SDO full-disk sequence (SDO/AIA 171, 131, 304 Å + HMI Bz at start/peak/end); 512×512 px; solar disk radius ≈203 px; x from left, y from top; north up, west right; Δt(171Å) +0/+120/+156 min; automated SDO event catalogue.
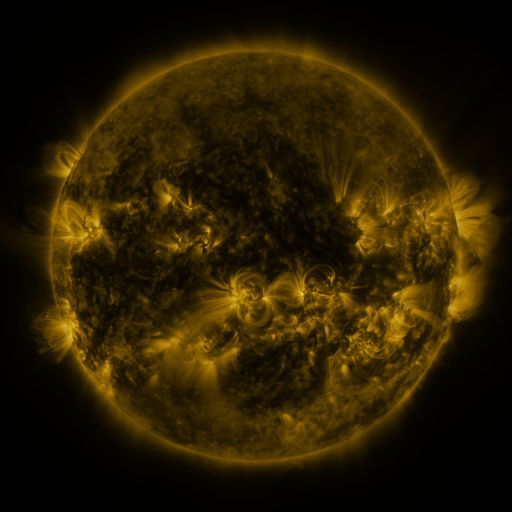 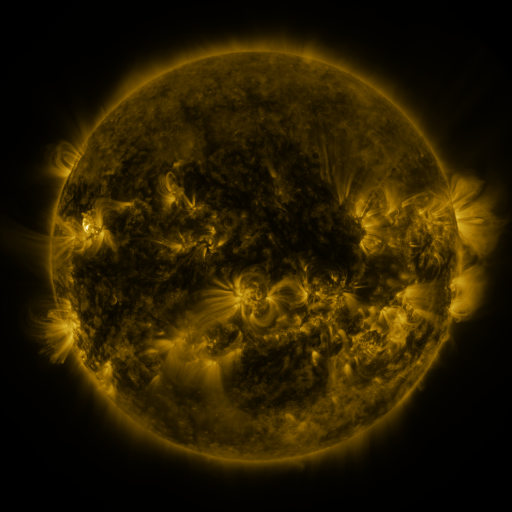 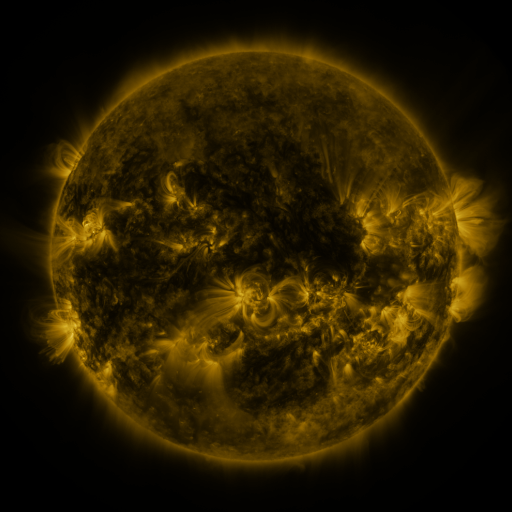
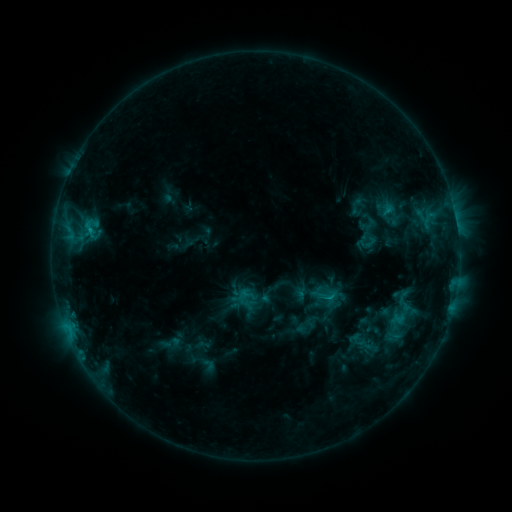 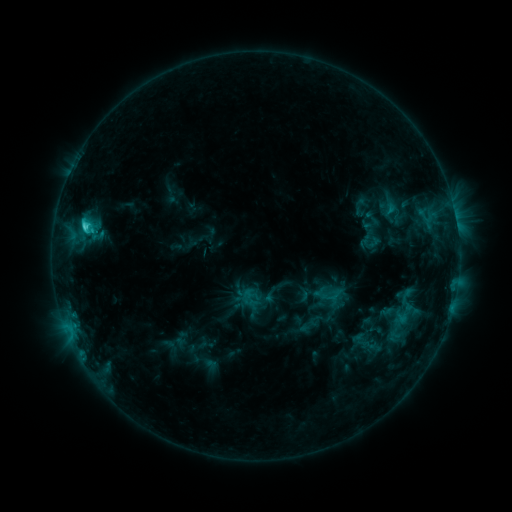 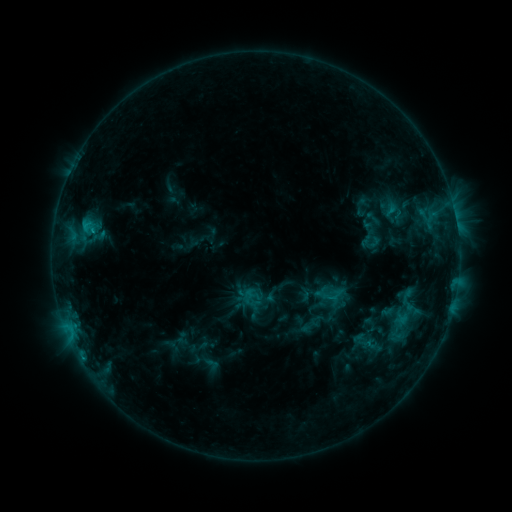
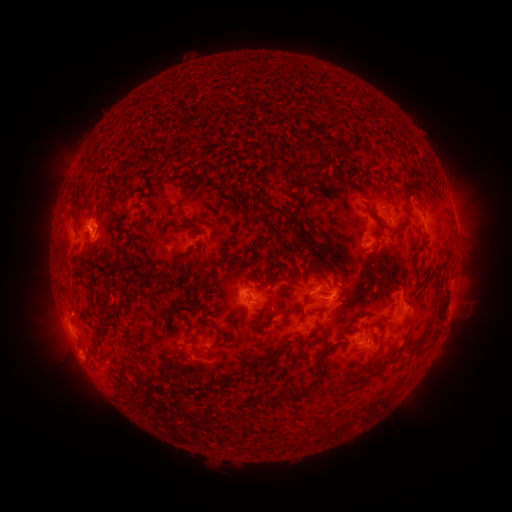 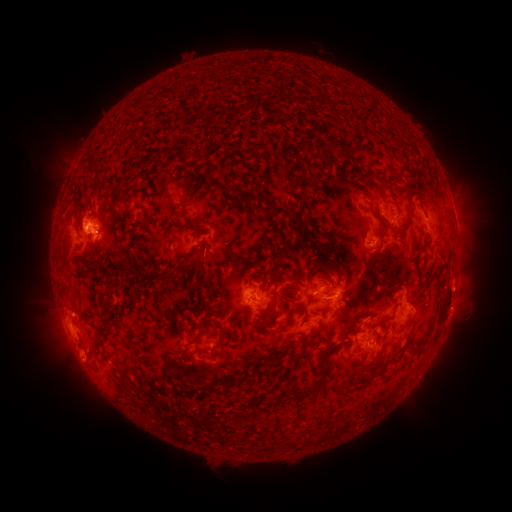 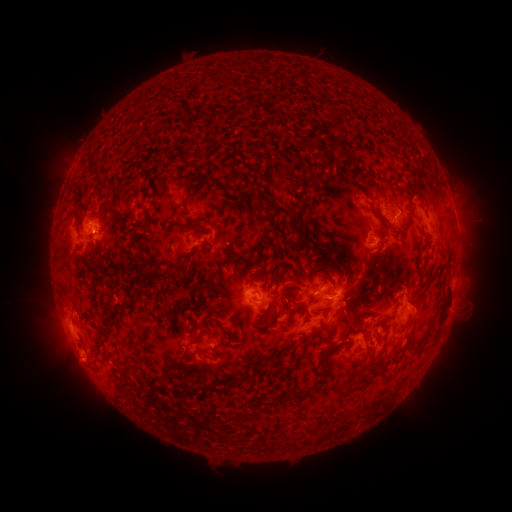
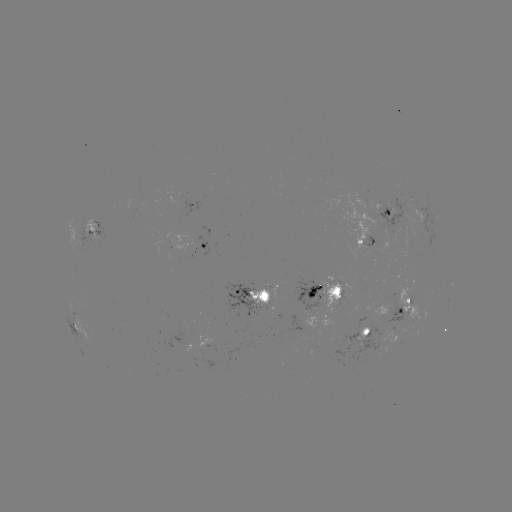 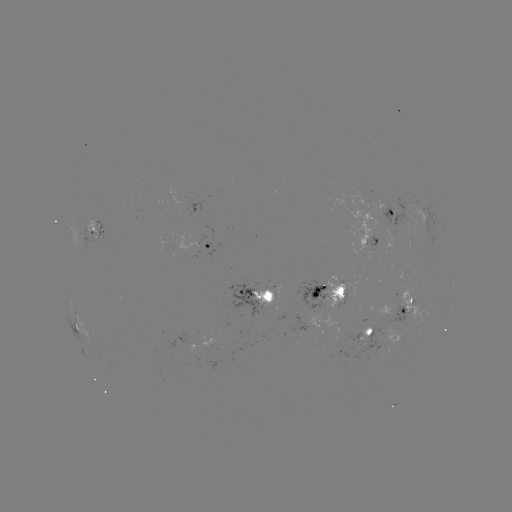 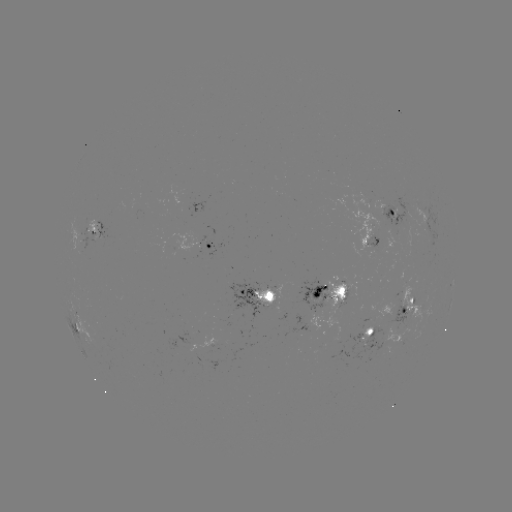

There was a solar emerging-flux region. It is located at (203, 243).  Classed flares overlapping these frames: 1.